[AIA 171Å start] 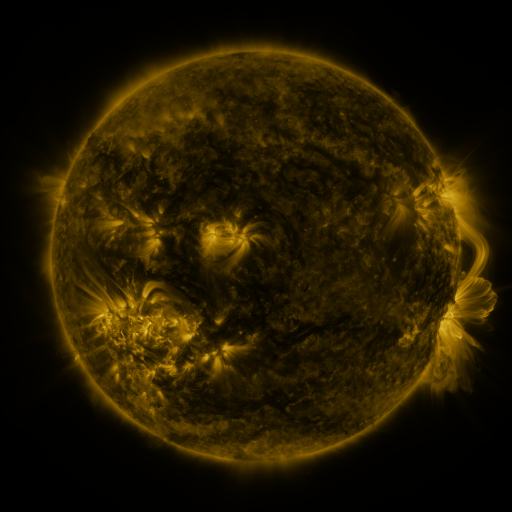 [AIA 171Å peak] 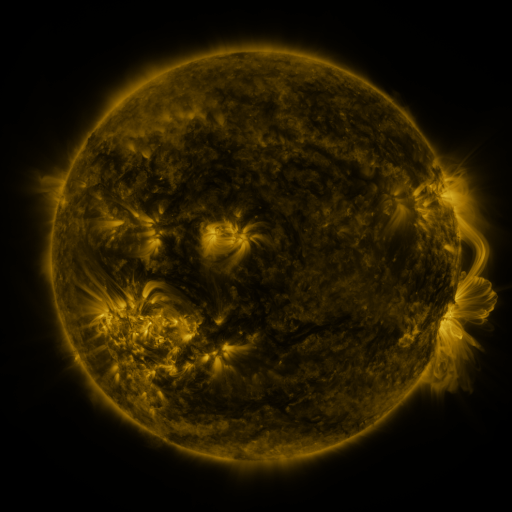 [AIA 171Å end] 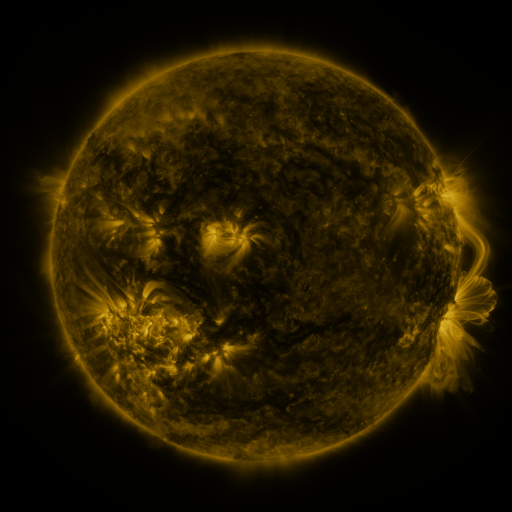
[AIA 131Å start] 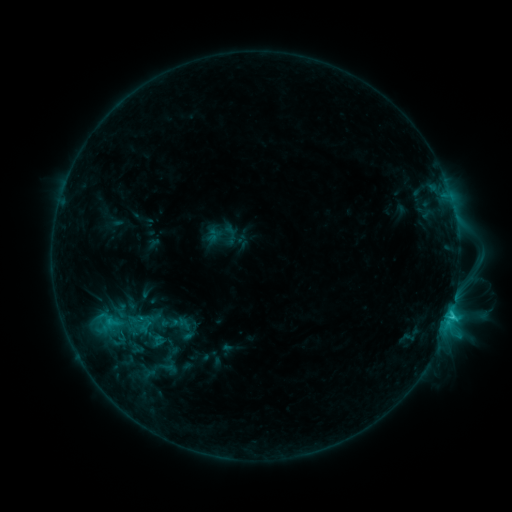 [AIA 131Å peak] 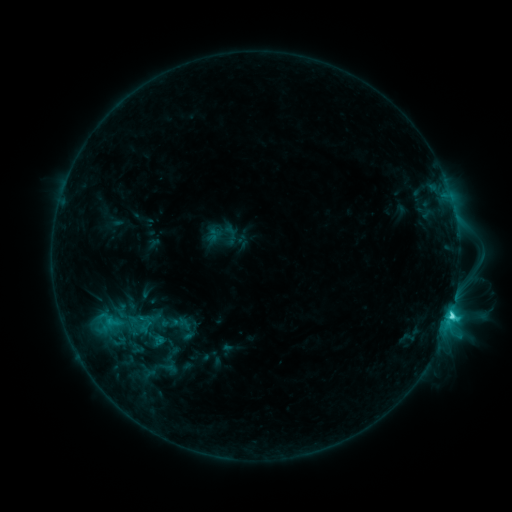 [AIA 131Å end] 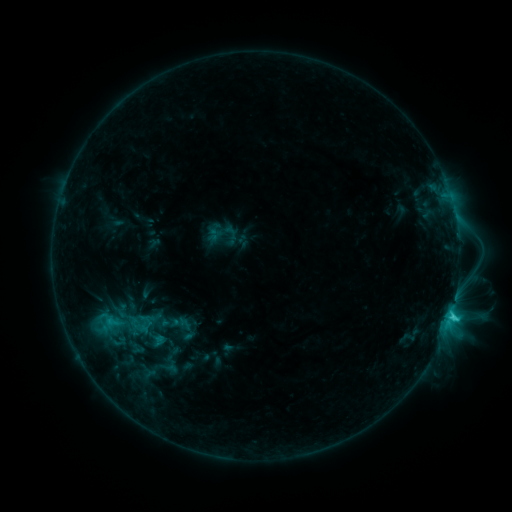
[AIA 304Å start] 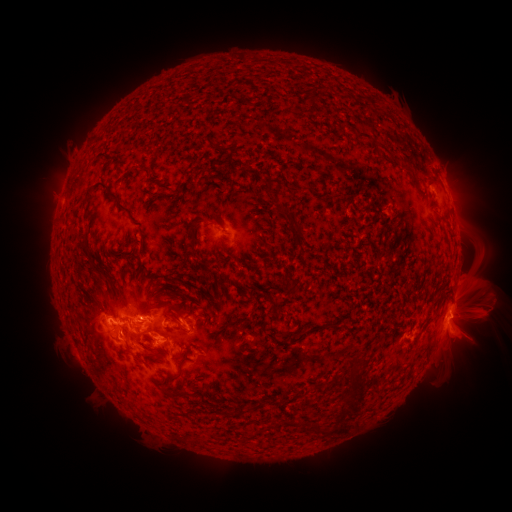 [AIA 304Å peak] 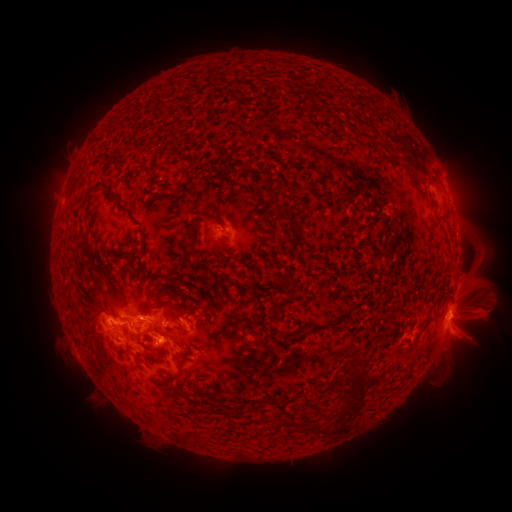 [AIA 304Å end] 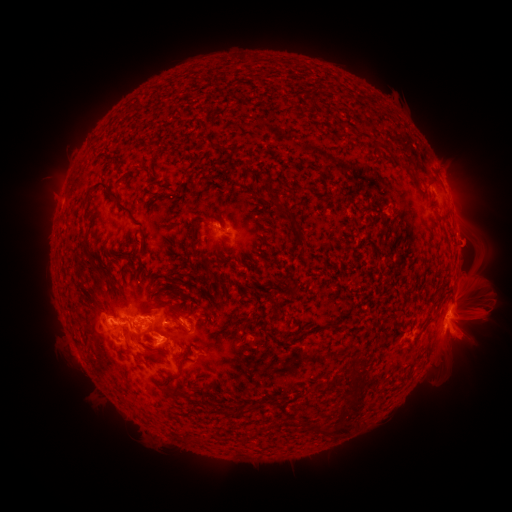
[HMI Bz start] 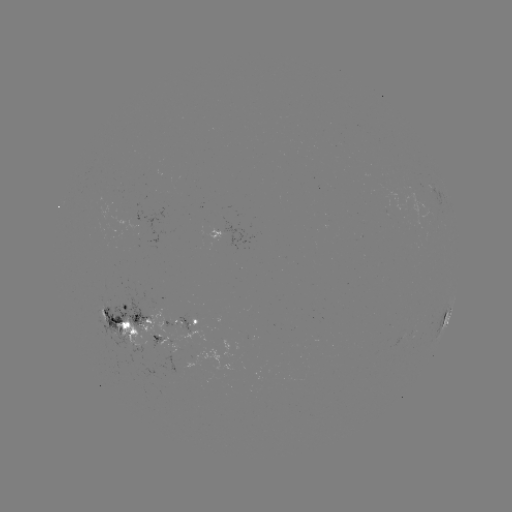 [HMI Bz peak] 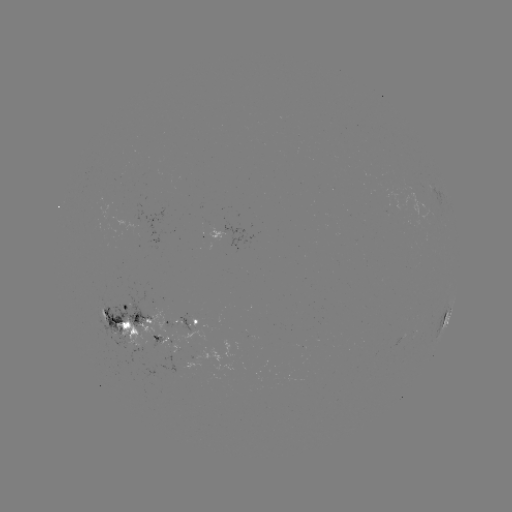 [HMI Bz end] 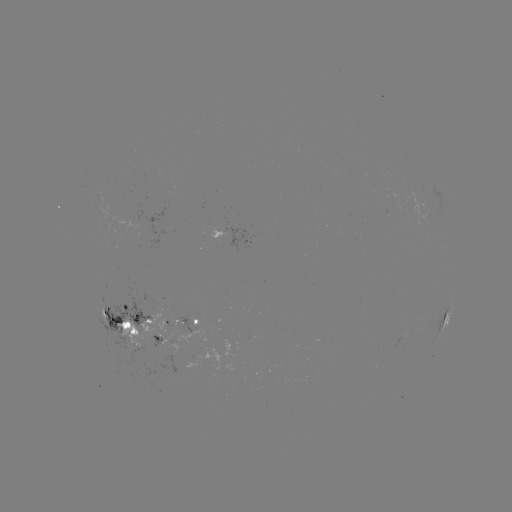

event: flare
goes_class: C4.5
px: (451, 312)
